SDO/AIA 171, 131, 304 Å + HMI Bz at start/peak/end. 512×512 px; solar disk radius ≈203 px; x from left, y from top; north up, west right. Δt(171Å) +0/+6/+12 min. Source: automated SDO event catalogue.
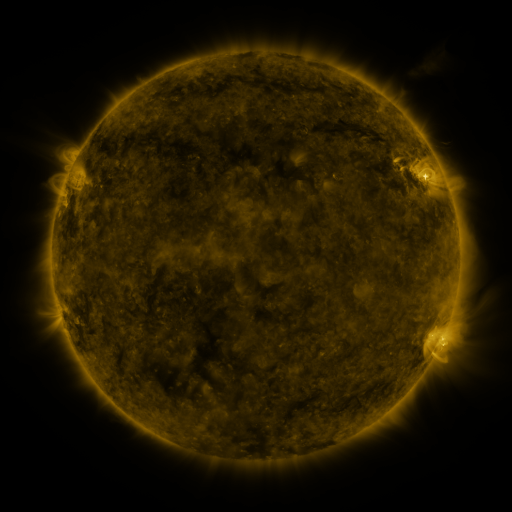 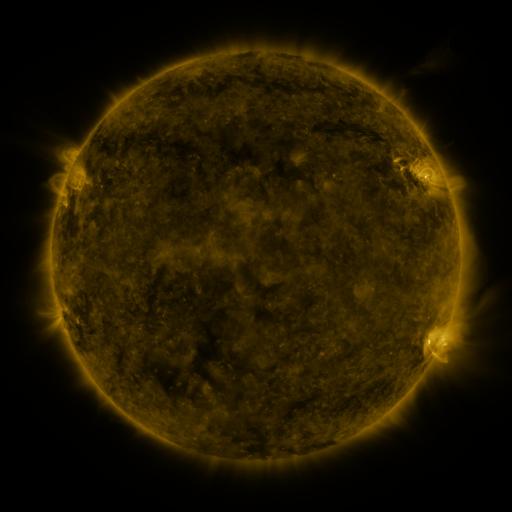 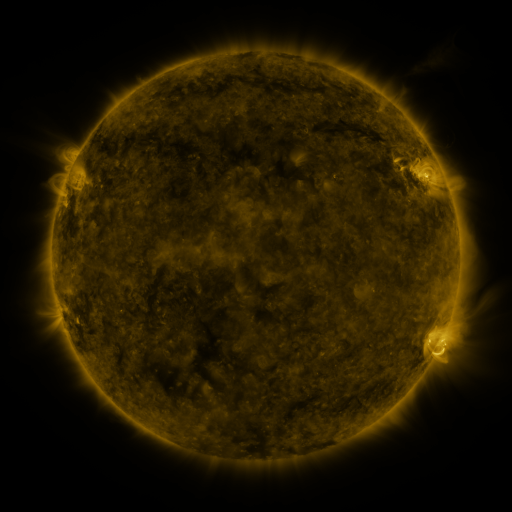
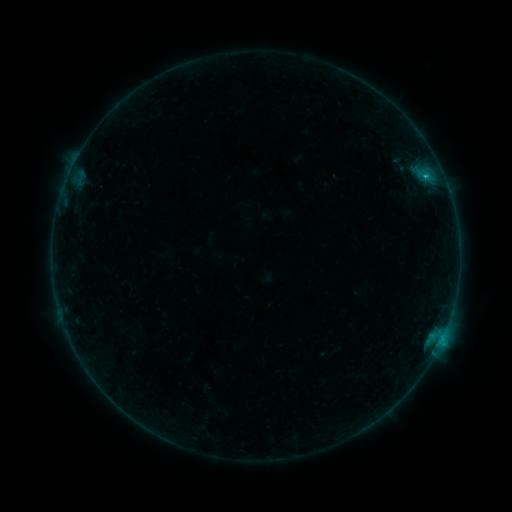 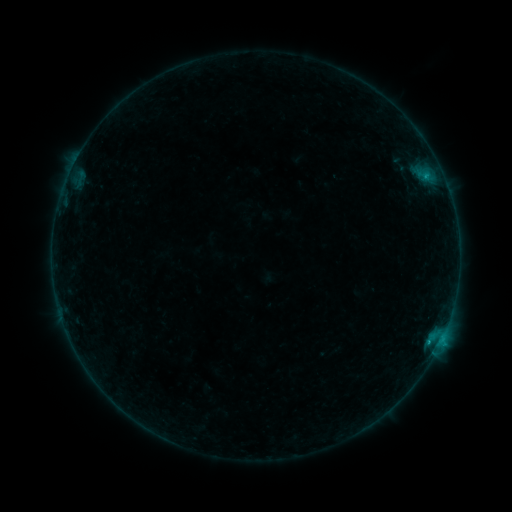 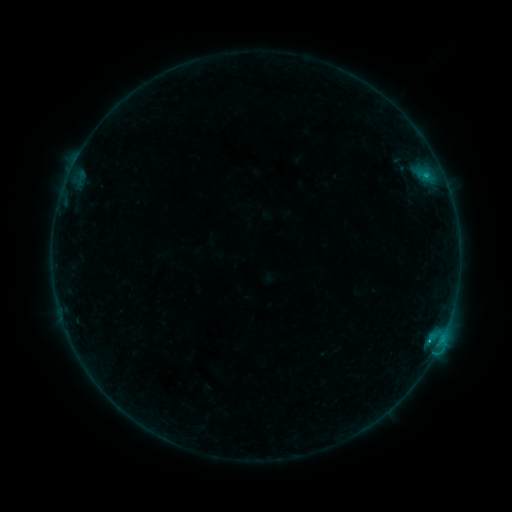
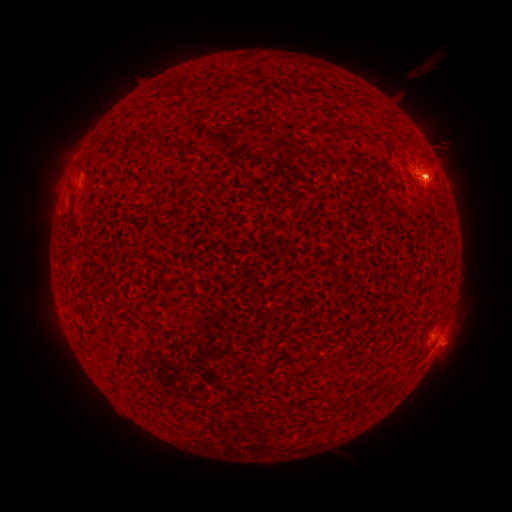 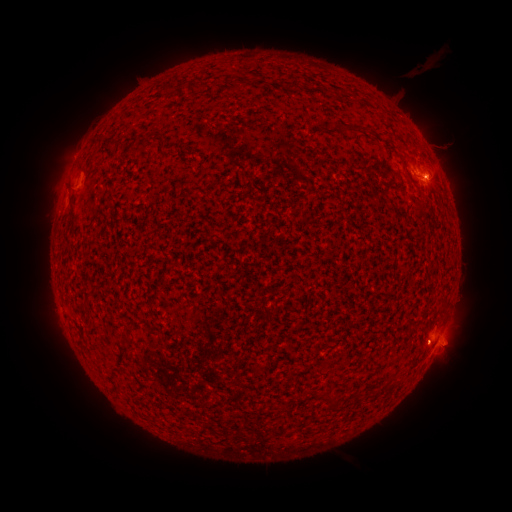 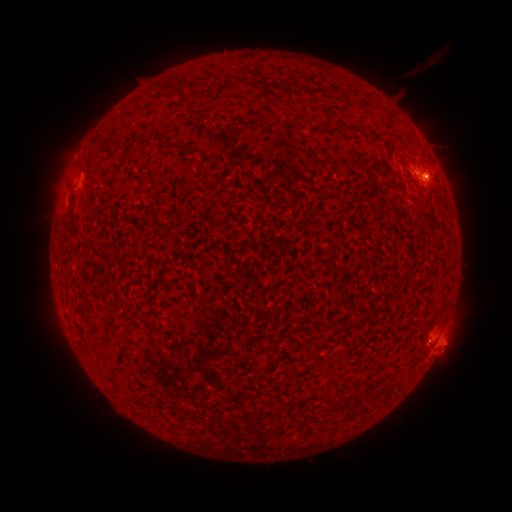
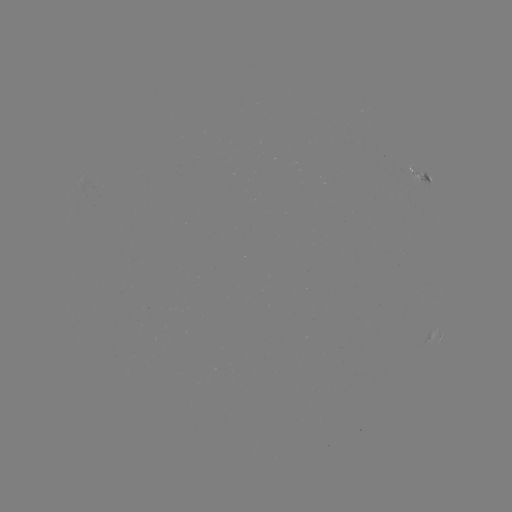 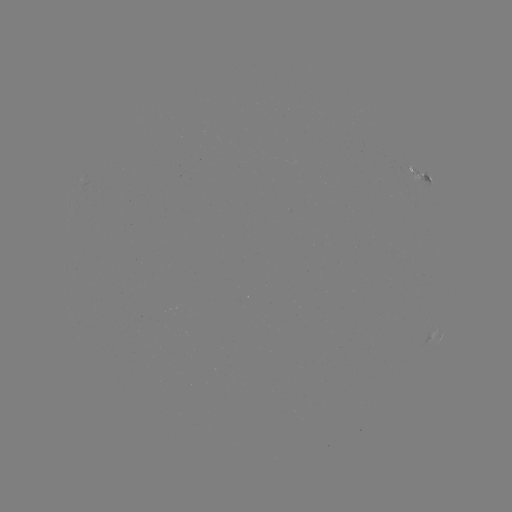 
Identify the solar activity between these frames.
C1.2 flare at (428, 339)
